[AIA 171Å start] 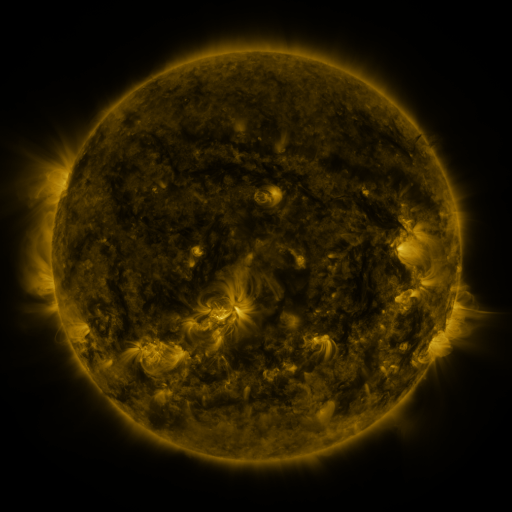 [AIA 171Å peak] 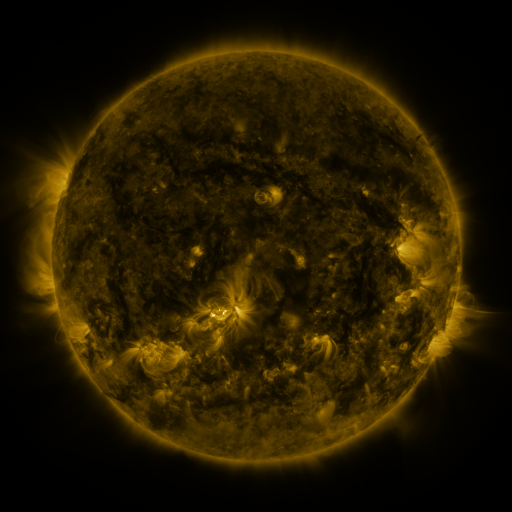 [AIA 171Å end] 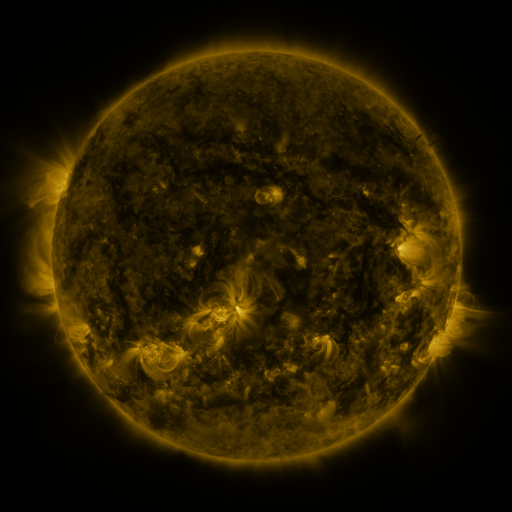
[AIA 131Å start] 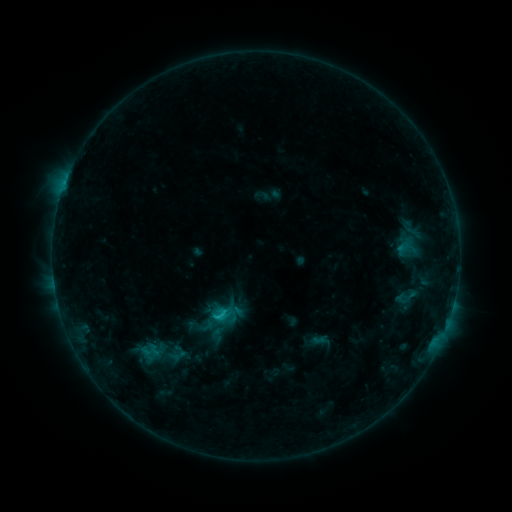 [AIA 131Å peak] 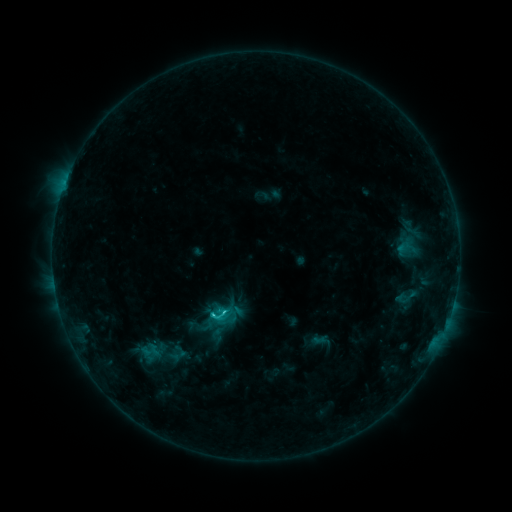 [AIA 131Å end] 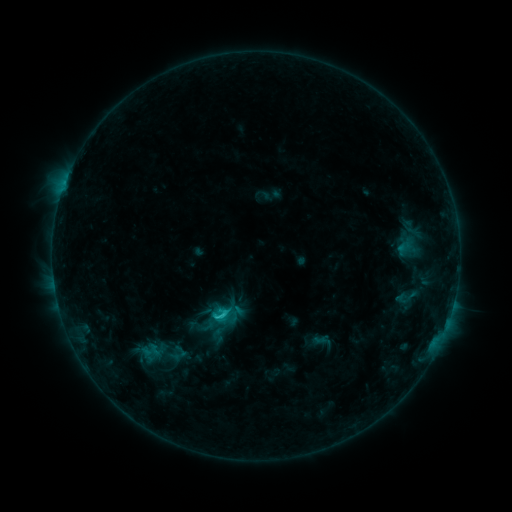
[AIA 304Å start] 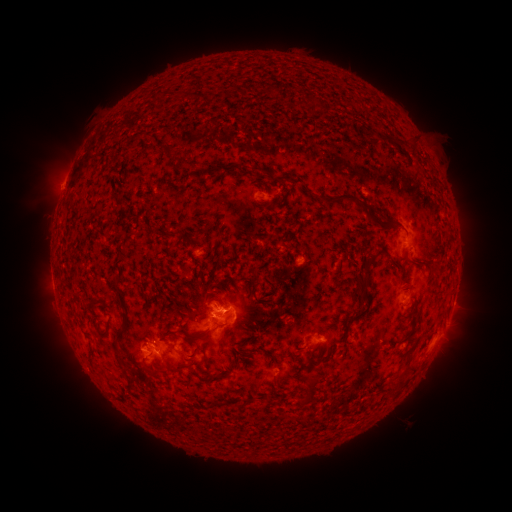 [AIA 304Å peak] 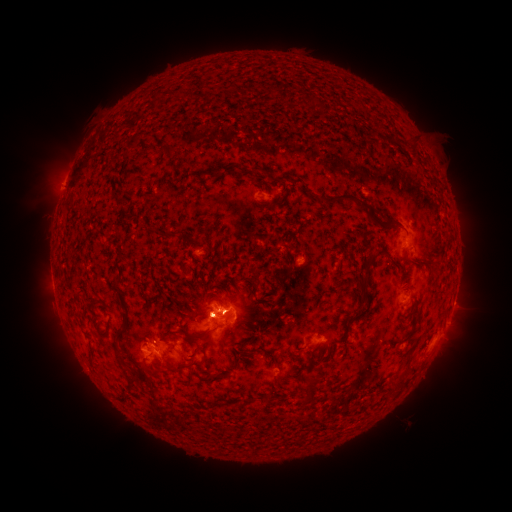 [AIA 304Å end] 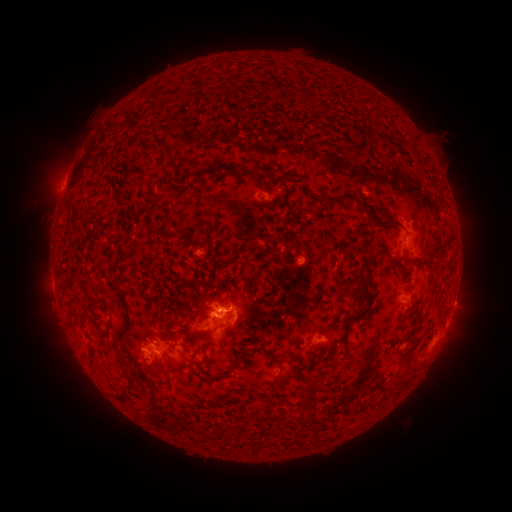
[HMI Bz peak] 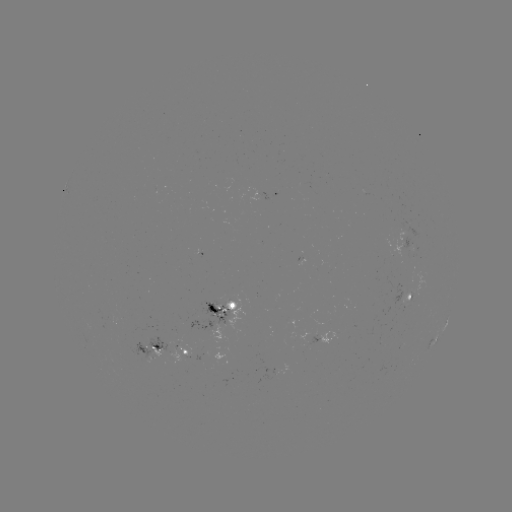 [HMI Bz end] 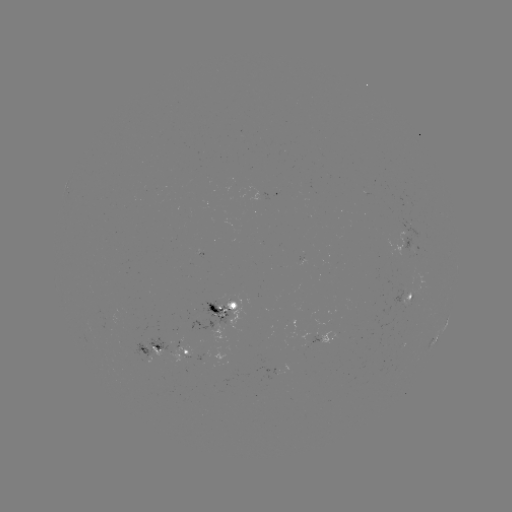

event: flare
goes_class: C2.4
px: (224, 312)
